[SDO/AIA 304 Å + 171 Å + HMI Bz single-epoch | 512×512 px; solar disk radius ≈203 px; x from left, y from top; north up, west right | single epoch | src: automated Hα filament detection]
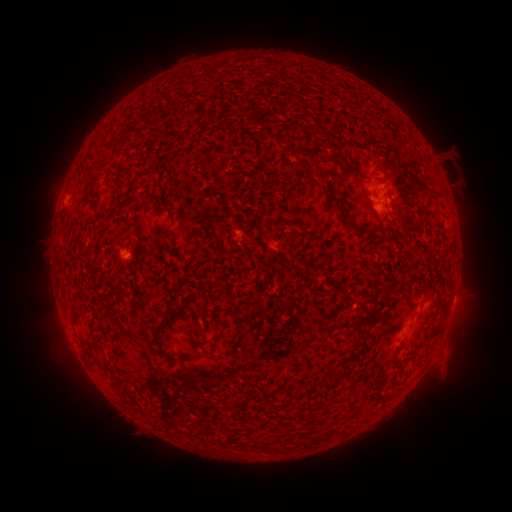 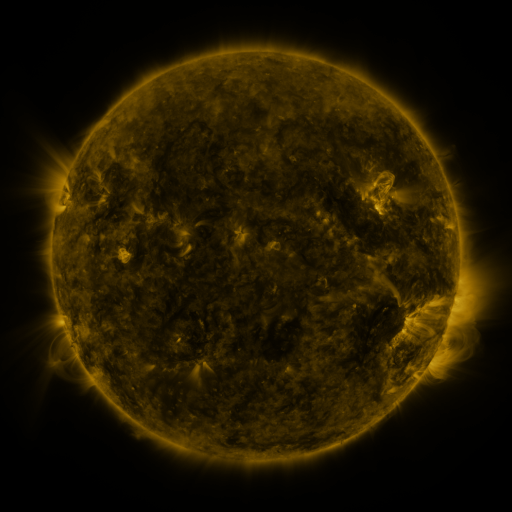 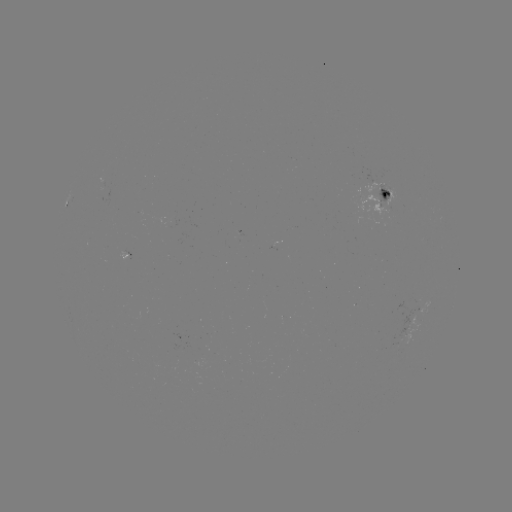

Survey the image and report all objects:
filament: (201, 152, 214, 176)
filament: (321, 152, 368, 183)
filament: (105, 165, 118, 175)
filament: (217, 178, 230, 189)
filament: (390, 180, 404, 198)
filament: (419, 184, 433, 193)
filament: (387, 196, 398, 209)
filament: (115, 204, 126, 218)
filament: (336, 204, 368, 235)
filament: (156, 208, 172, 220)
filament: (403, 217, 422, 231)
filament: (153, 308, 197, 363)
filament: (200, 308, 208, 323)
filament: (70, 312, 80, 322)
filament: (390, 338, 406, 365)
filament: (95, 355, 102, 365)
filament: (329, 368, 347, 385)
